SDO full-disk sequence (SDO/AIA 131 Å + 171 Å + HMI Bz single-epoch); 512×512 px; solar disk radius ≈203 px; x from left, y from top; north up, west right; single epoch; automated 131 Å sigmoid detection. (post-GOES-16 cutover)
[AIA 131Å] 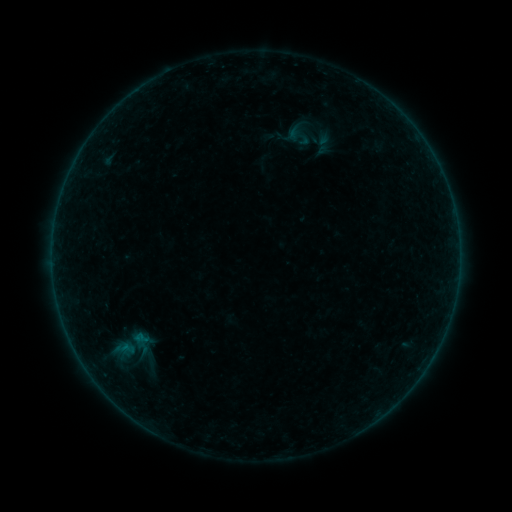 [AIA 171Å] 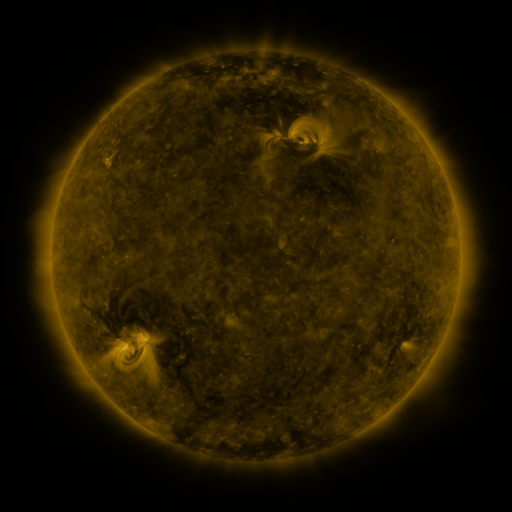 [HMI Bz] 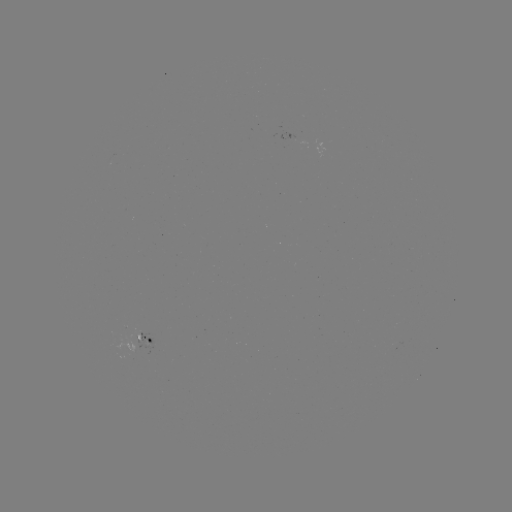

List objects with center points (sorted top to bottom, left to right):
sigmoid: (130, 345)
